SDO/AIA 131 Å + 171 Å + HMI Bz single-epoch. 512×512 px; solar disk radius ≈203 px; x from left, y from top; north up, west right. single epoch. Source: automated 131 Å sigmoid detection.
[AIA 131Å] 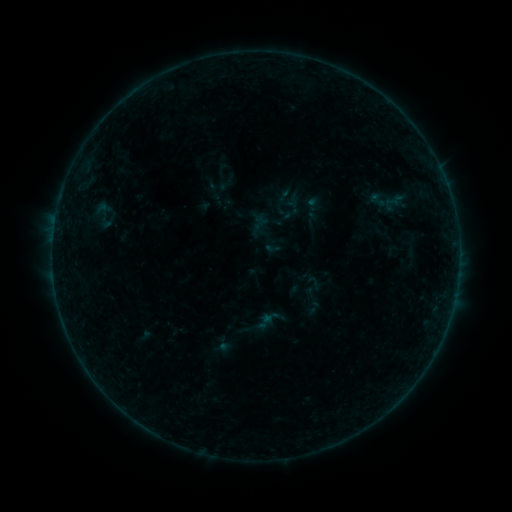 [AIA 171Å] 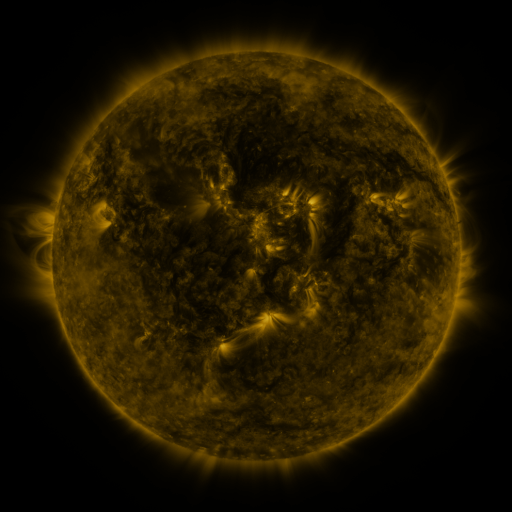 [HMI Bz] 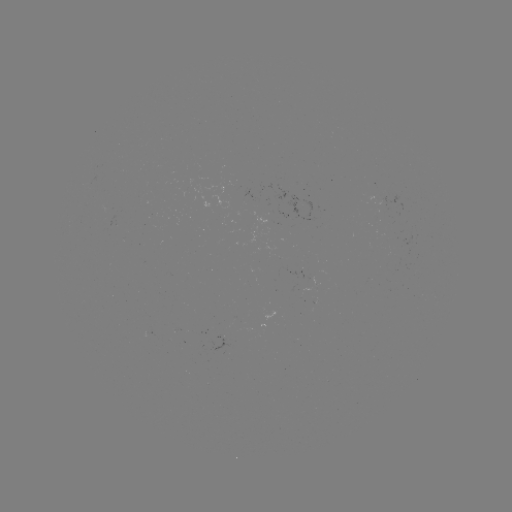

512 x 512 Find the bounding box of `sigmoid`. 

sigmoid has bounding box [365, 191, 390, 209].